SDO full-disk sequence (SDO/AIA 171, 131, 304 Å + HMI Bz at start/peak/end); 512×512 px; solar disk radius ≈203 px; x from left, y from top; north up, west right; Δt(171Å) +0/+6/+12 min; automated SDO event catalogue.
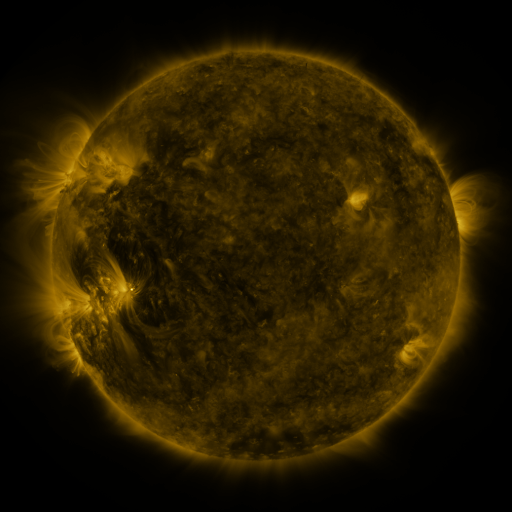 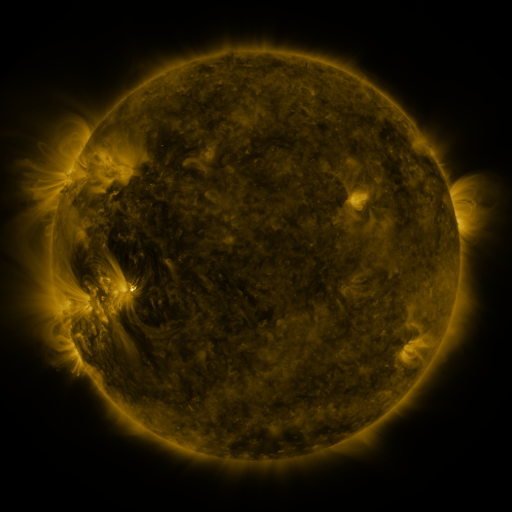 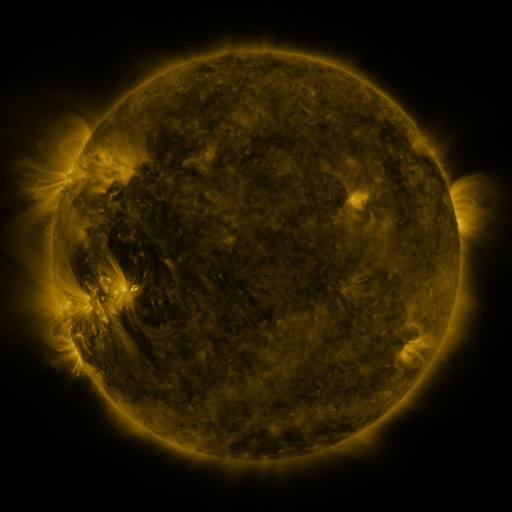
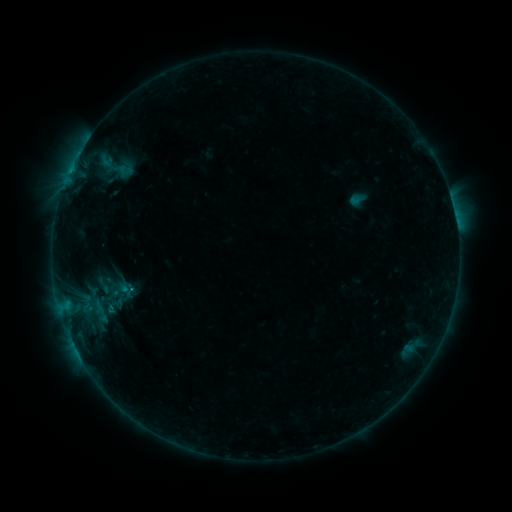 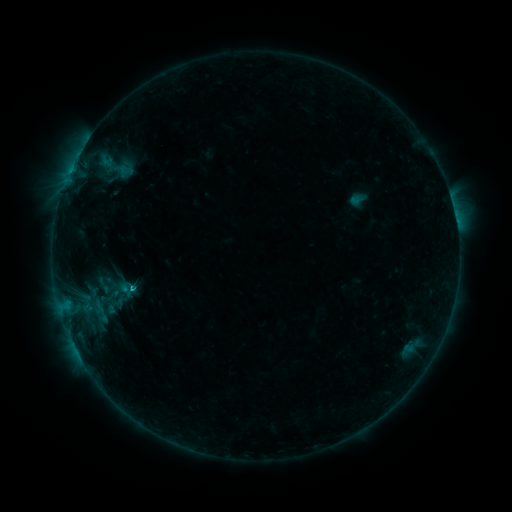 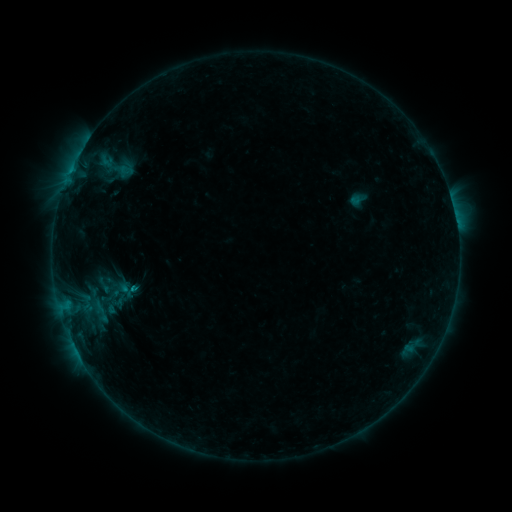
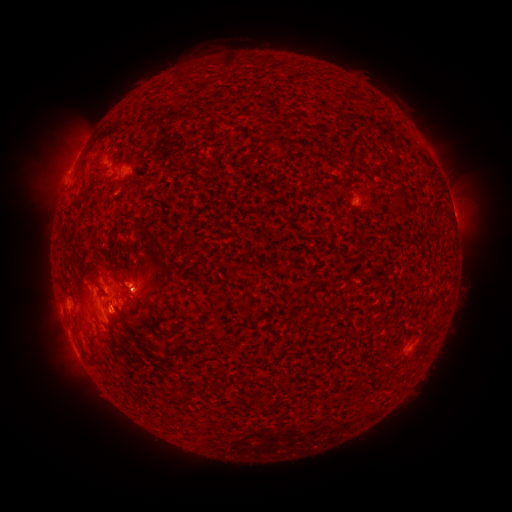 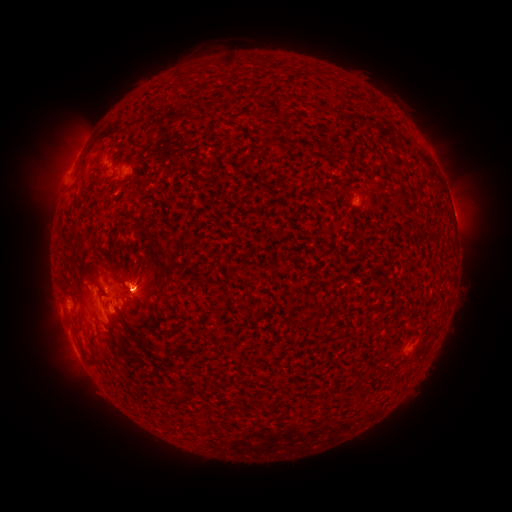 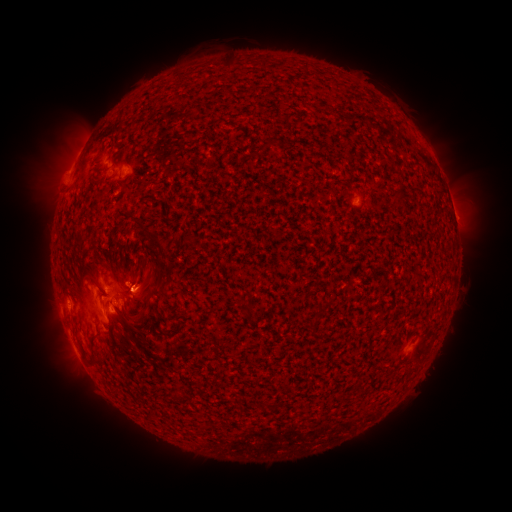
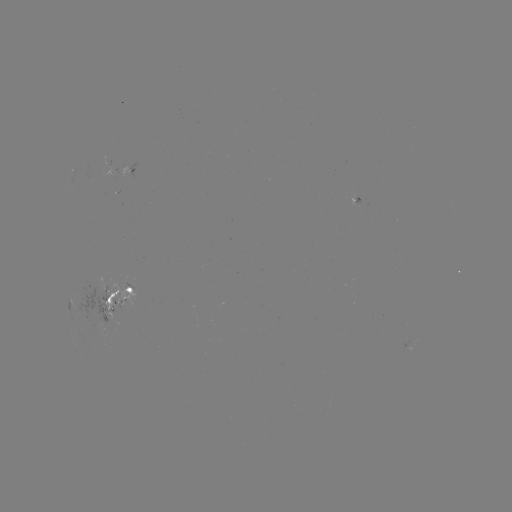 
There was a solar flare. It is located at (131, 286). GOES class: B6.8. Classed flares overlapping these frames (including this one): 1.